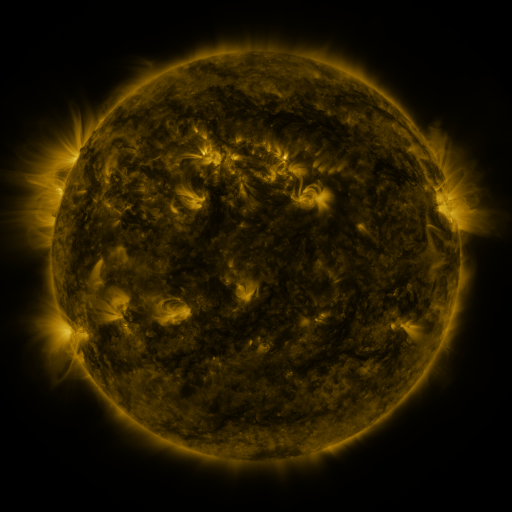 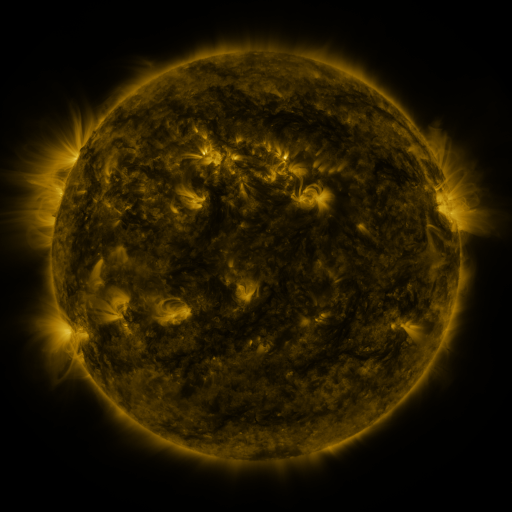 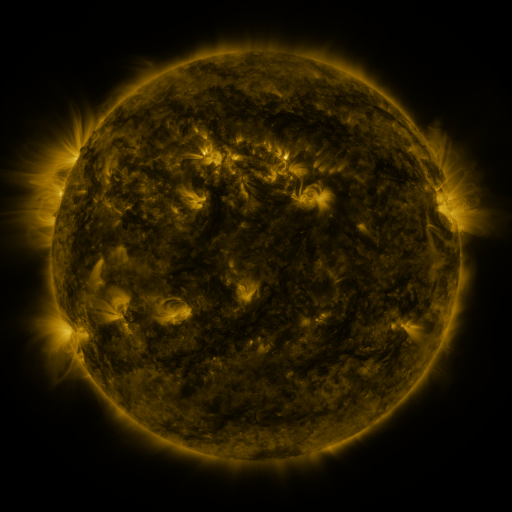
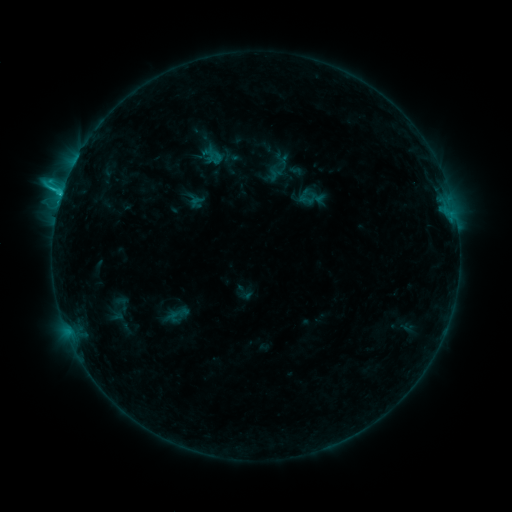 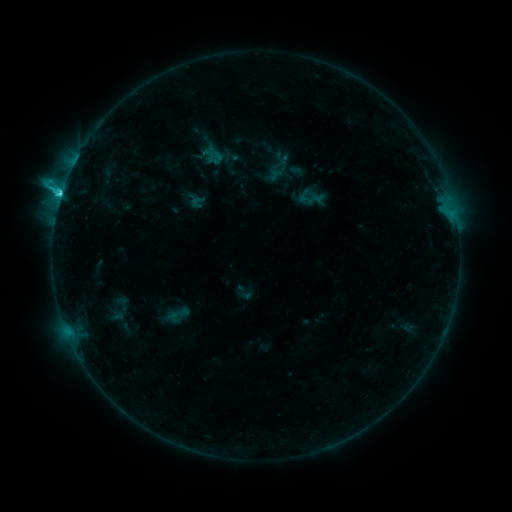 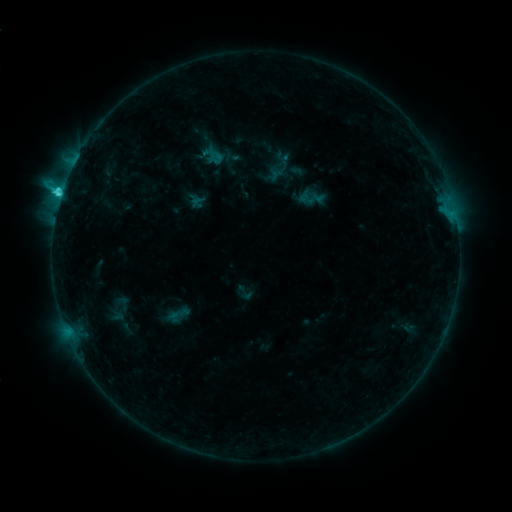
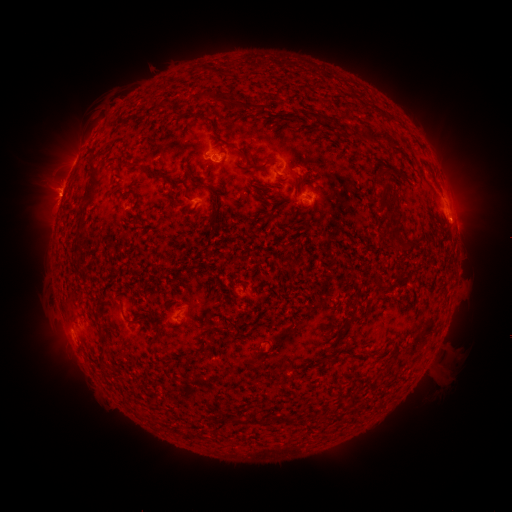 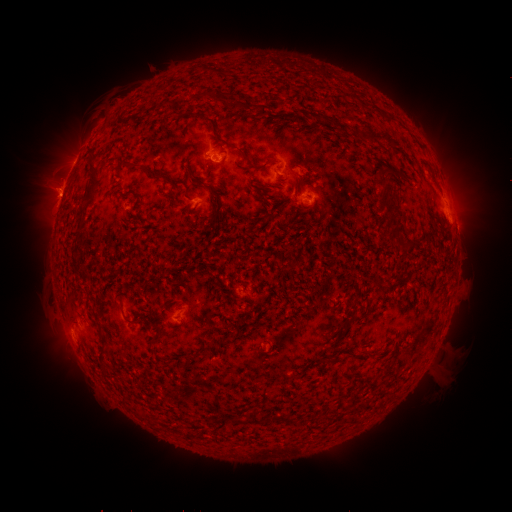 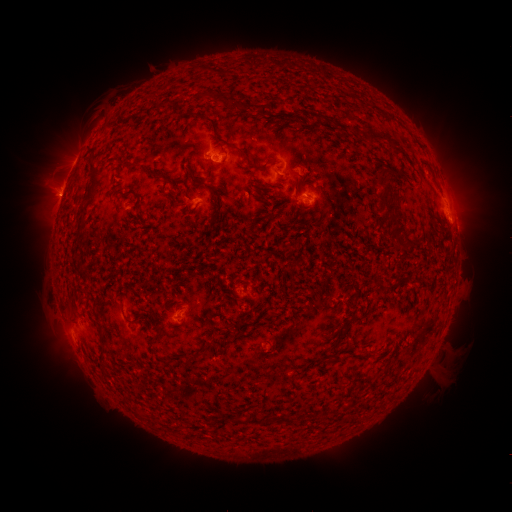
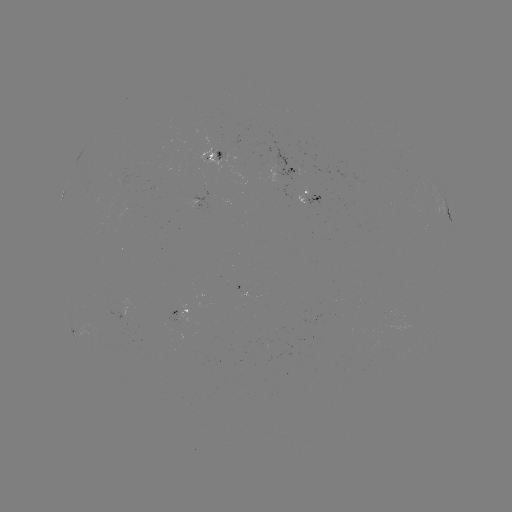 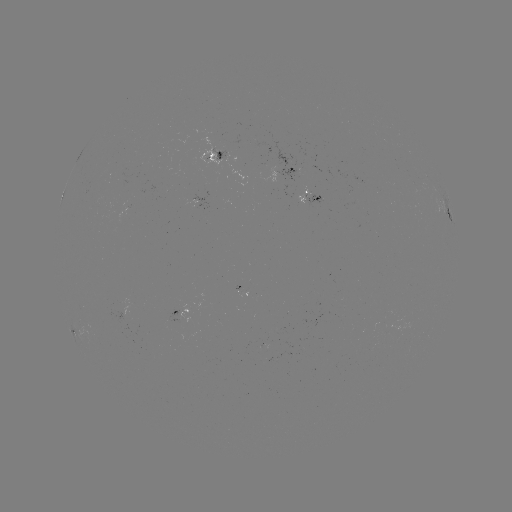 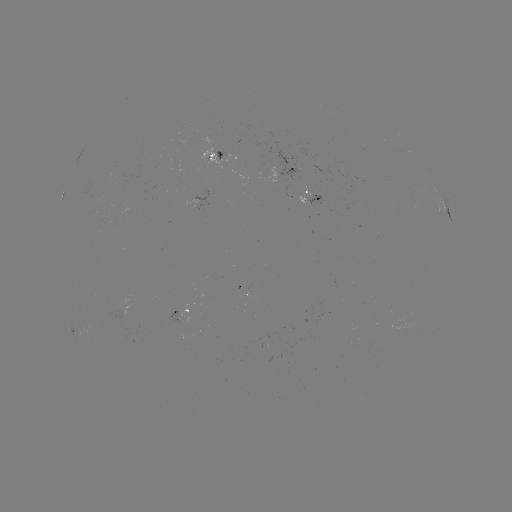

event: flare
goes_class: C4.1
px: (61, 196)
